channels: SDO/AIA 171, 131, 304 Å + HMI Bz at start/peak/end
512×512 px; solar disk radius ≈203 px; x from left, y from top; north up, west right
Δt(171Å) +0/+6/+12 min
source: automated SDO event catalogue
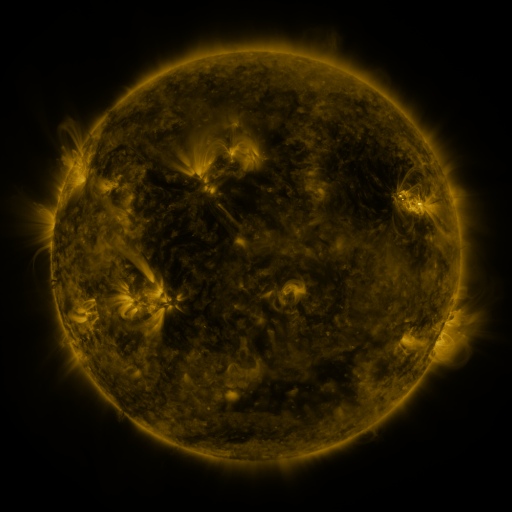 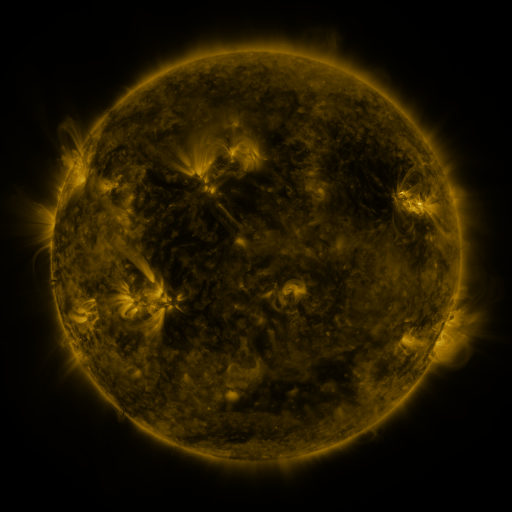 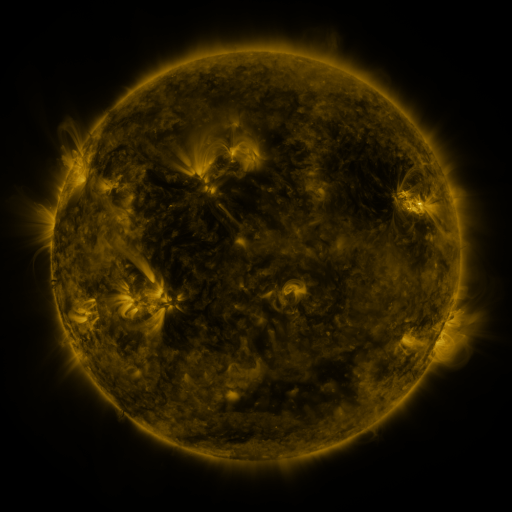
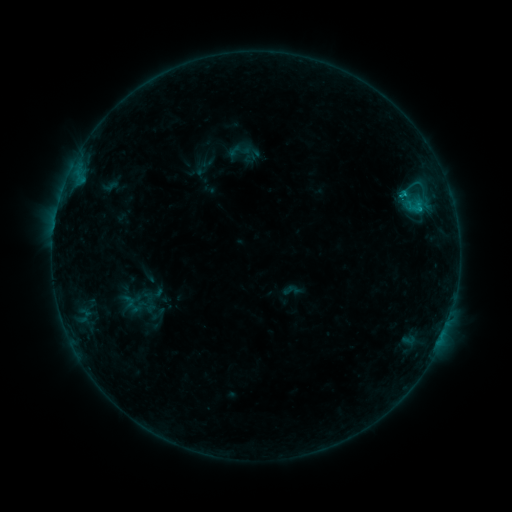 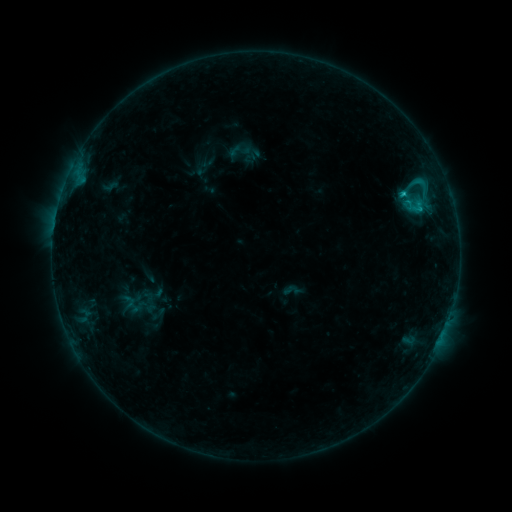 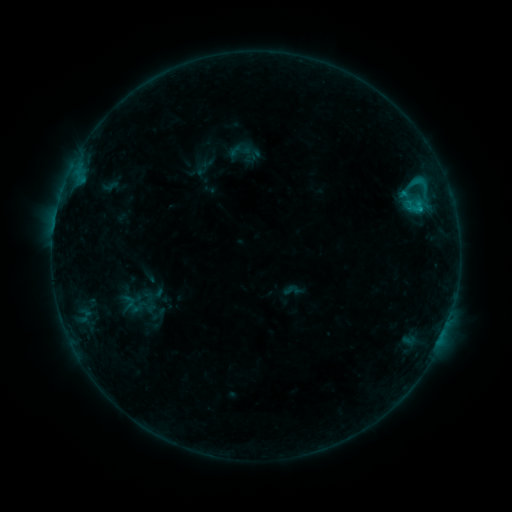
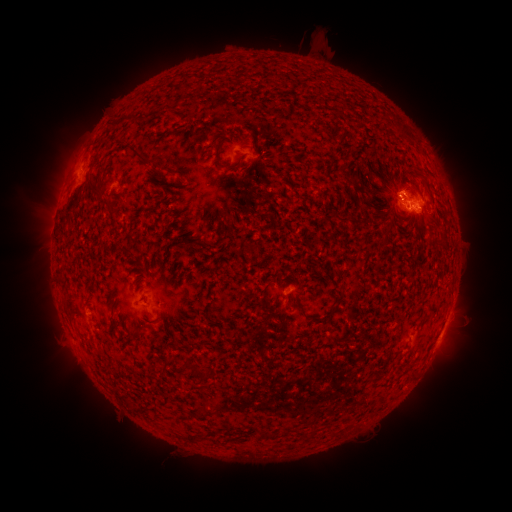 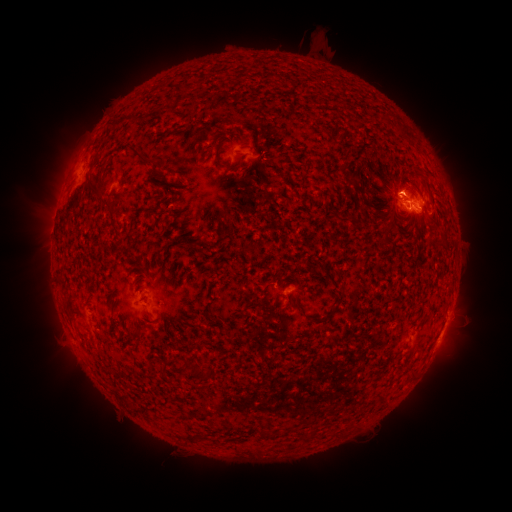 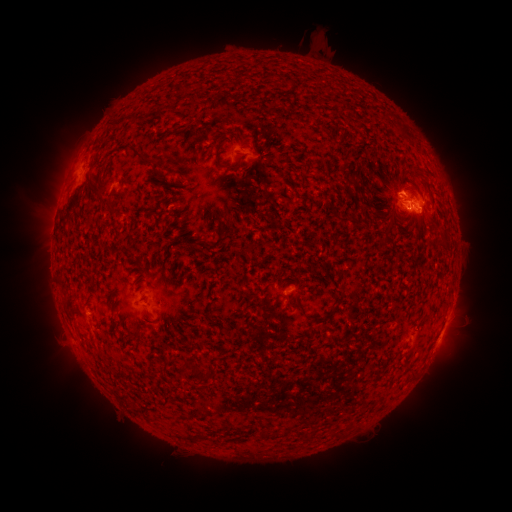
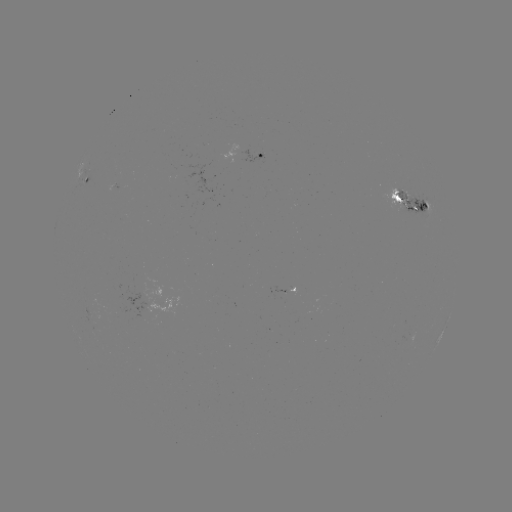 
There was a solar flare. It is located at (402, 195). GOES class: C1.4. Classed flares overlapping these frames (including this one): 1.